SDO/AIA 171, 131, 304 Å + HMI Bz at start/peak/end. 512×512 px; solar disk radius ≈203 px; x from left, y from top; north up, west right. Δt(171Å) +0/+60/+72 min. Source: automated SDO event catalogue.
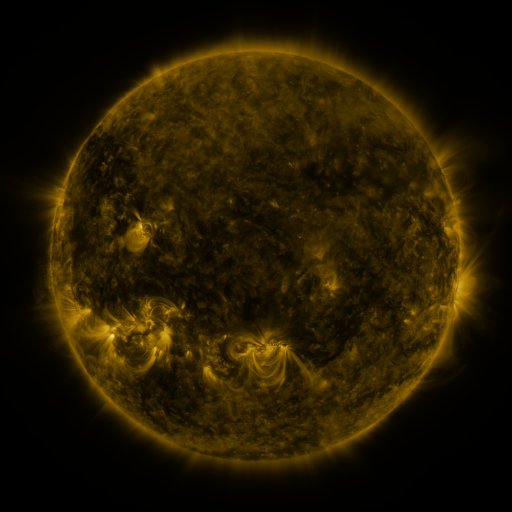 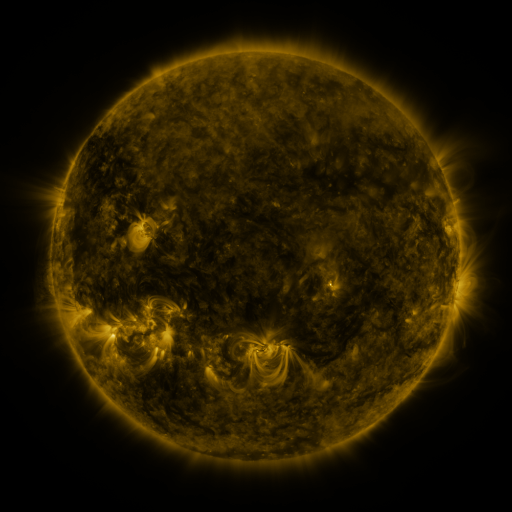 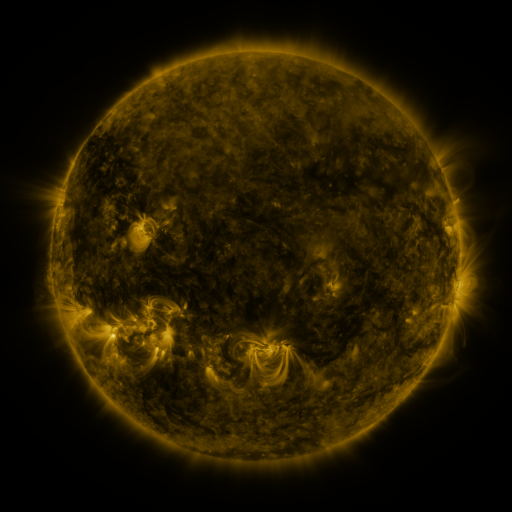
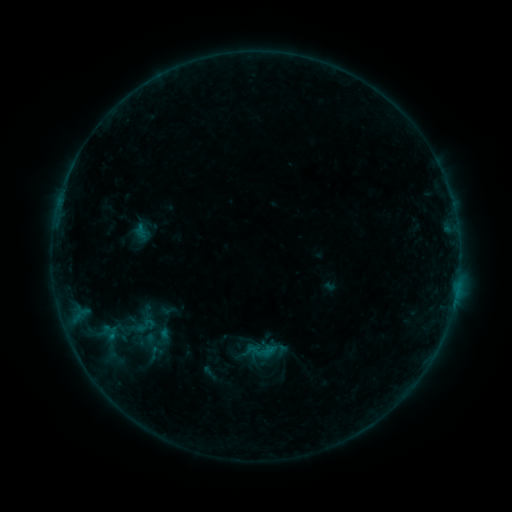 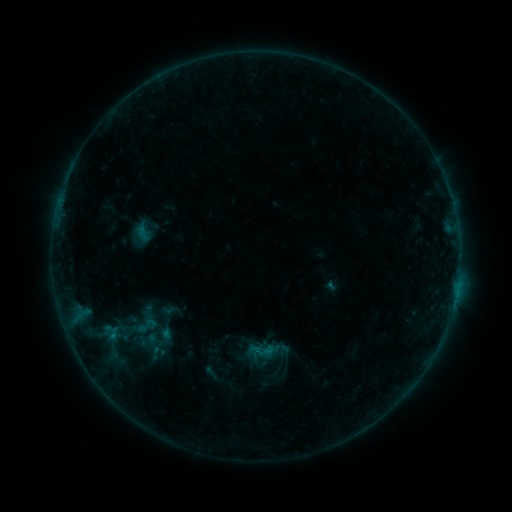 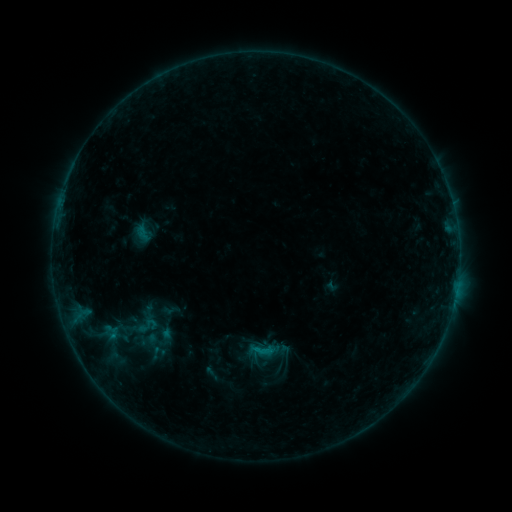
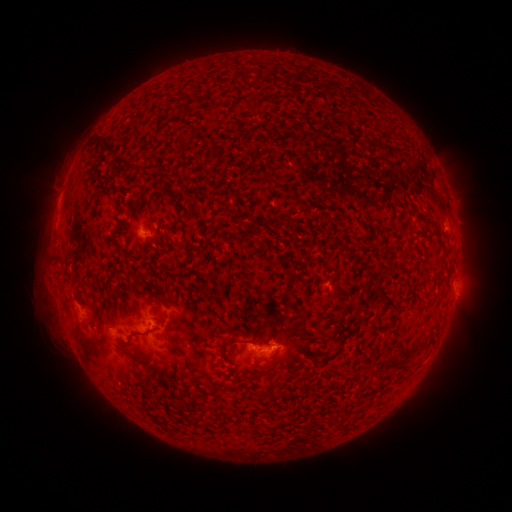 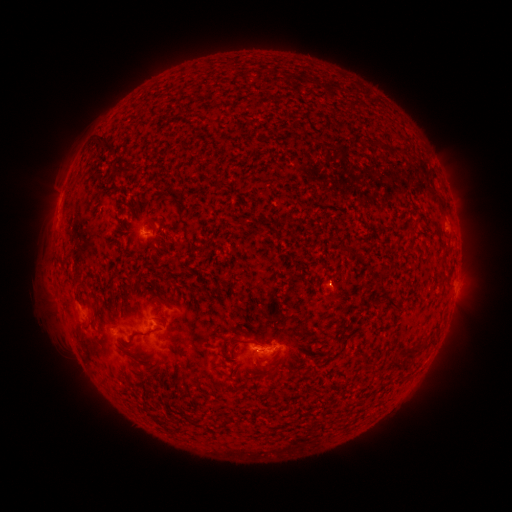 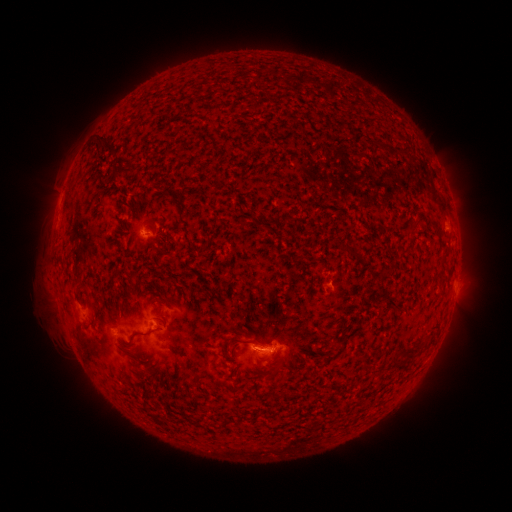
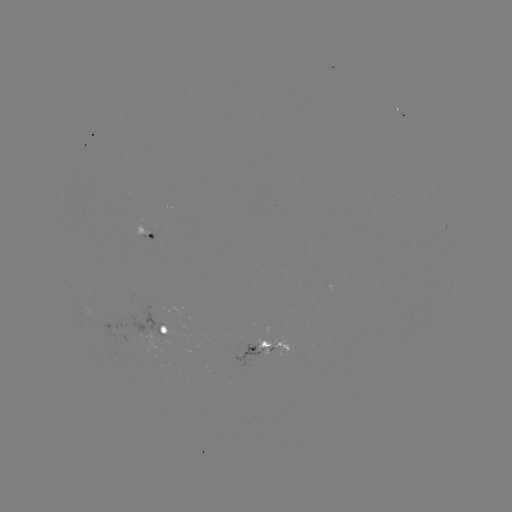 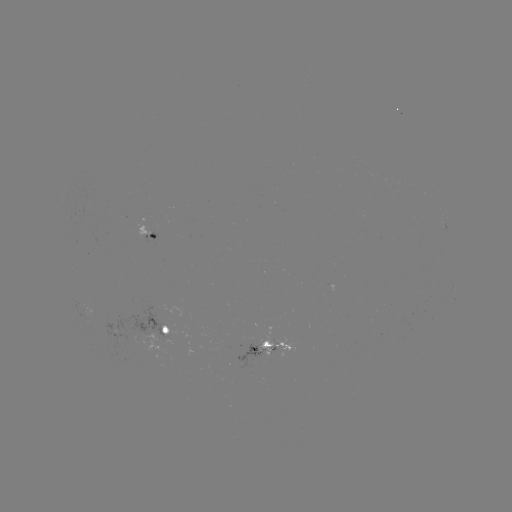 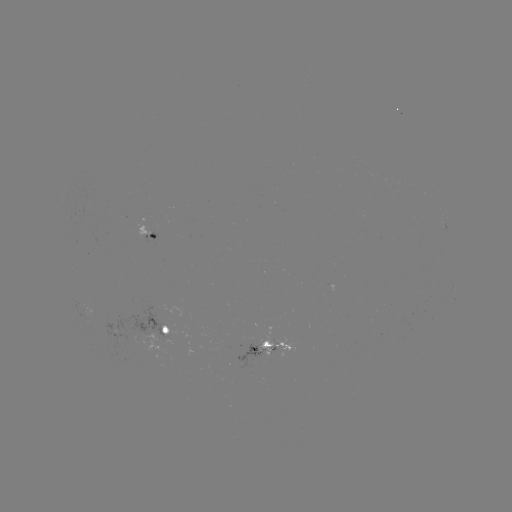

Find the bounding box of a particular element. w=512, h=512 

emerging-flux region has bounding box [118, 332, 133, 344].